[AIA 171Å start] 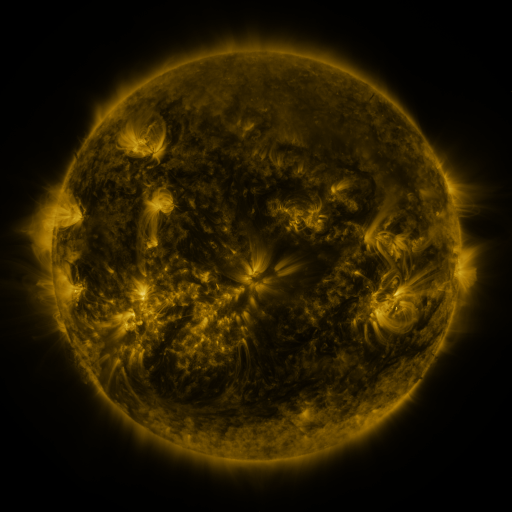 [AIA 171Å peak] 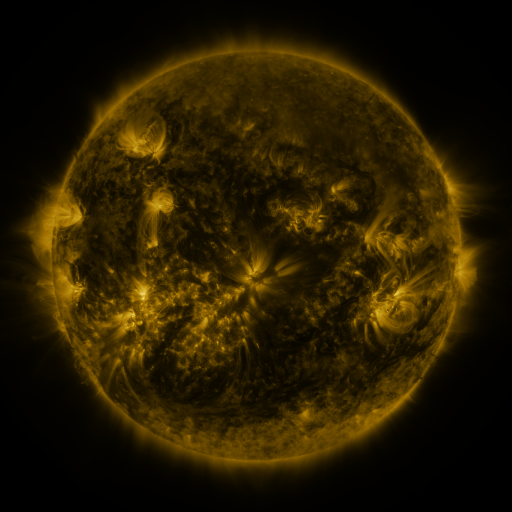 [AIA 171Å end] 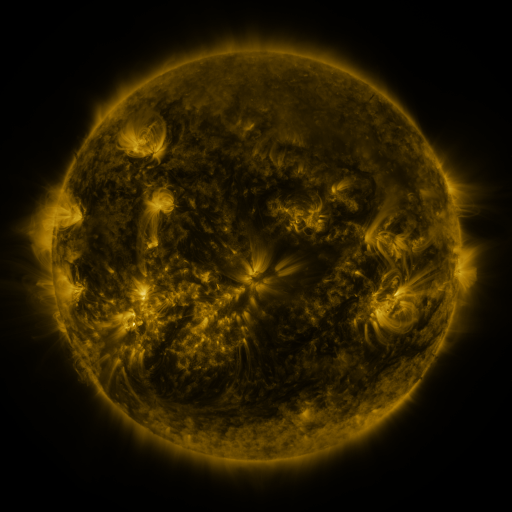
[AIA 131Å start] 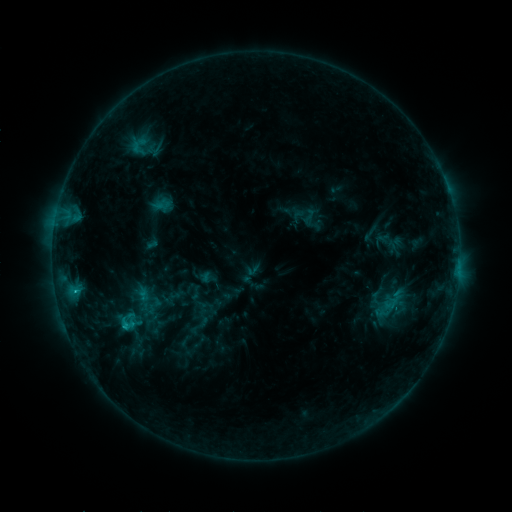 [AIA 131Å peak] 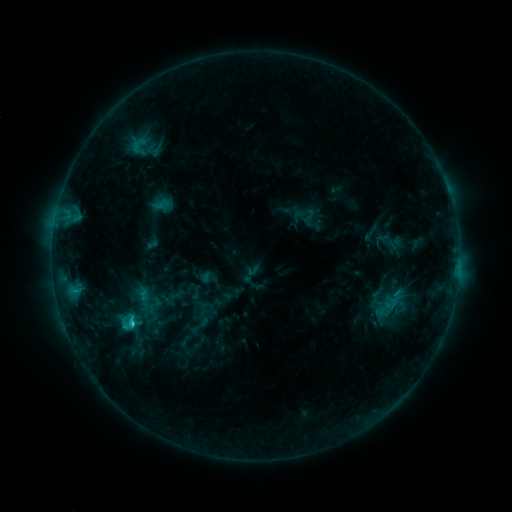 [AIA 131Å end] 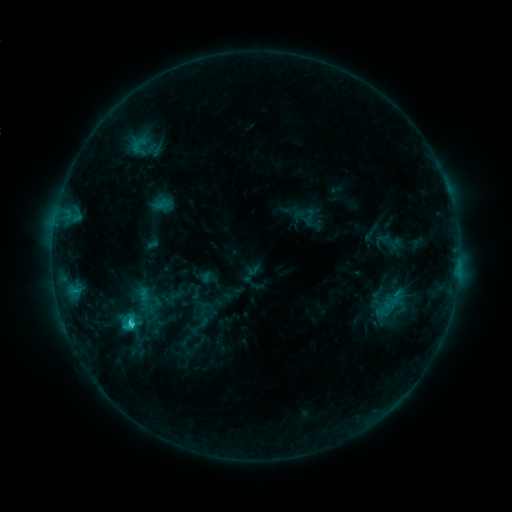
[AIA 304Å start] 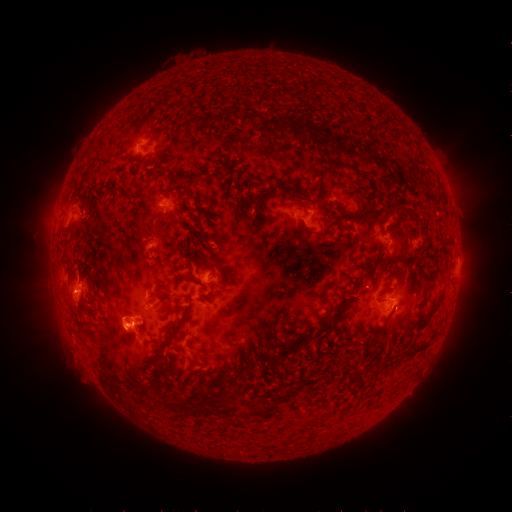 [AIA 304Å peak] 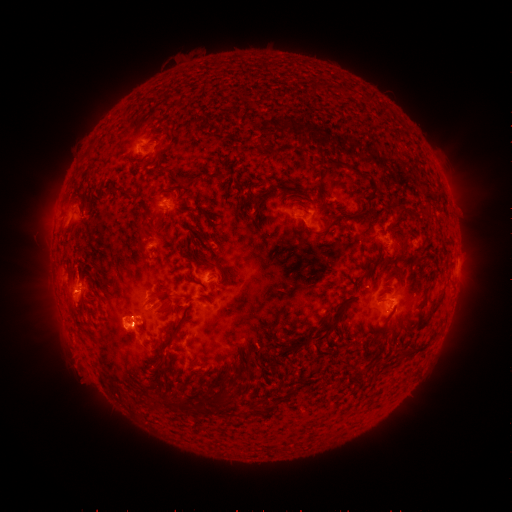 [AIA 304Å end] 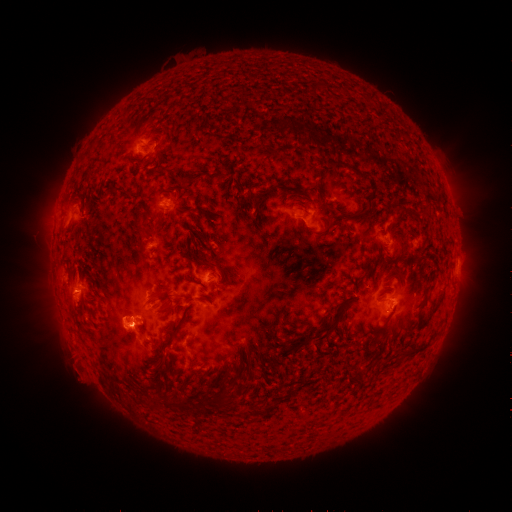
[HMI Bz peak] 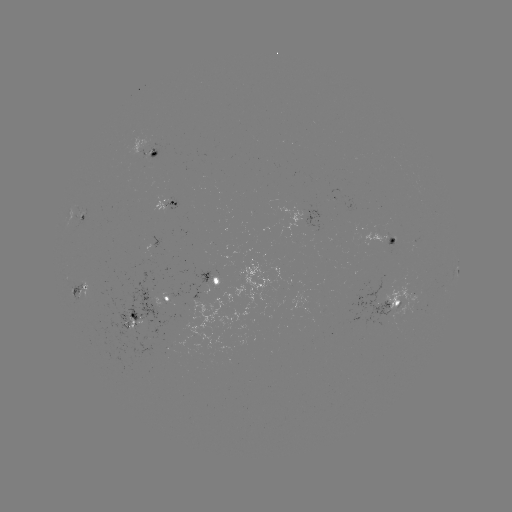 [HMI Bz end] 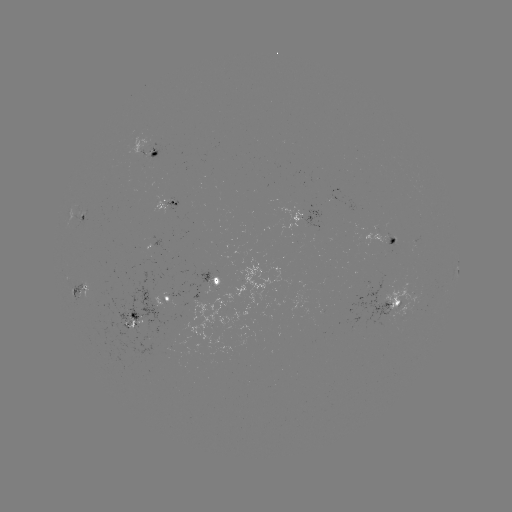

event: flare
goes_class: C2.2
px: (132, 323)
